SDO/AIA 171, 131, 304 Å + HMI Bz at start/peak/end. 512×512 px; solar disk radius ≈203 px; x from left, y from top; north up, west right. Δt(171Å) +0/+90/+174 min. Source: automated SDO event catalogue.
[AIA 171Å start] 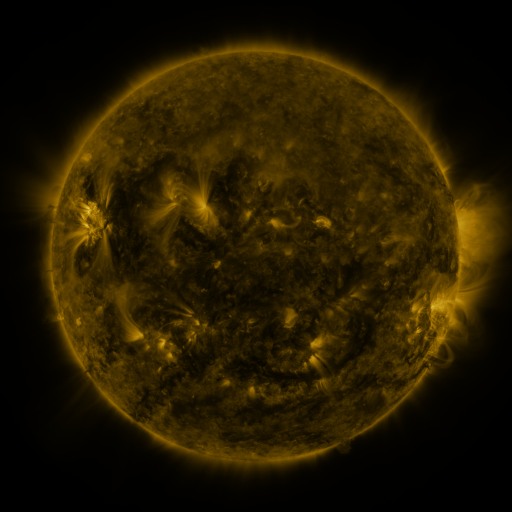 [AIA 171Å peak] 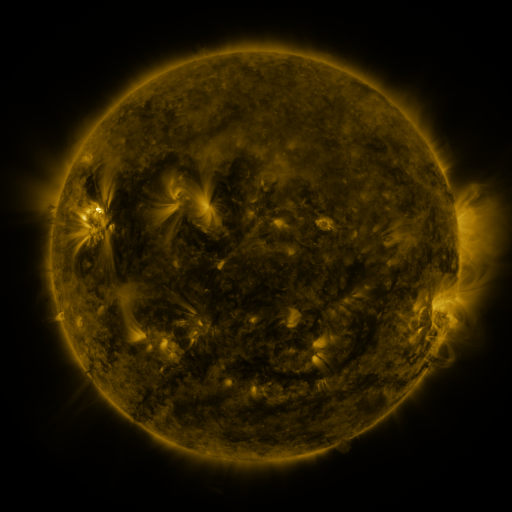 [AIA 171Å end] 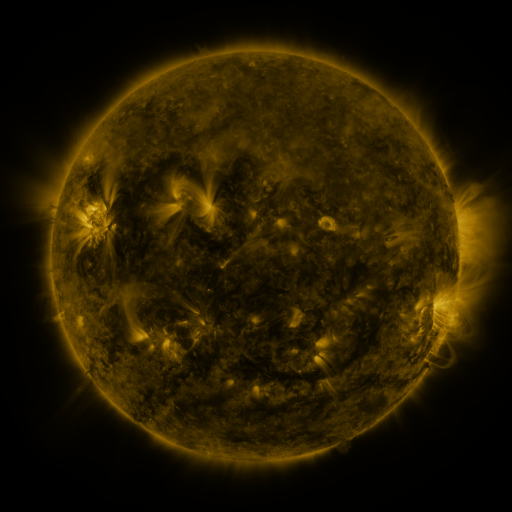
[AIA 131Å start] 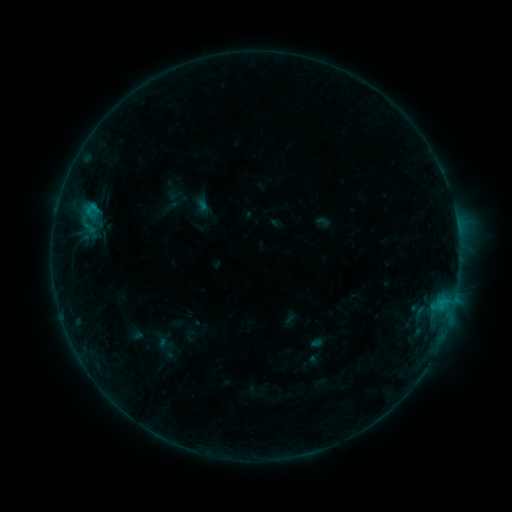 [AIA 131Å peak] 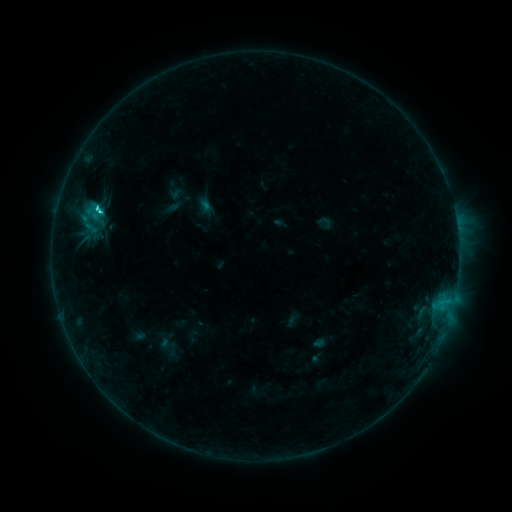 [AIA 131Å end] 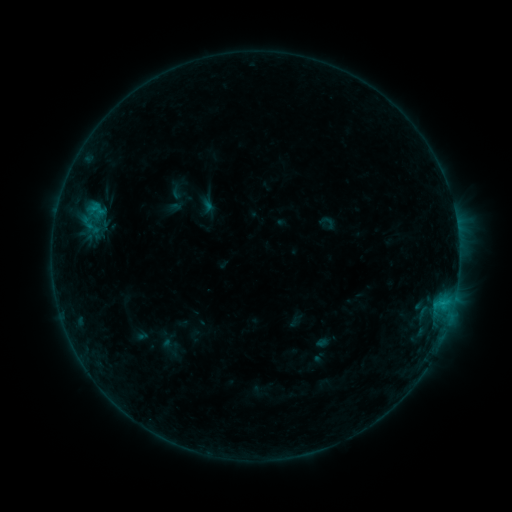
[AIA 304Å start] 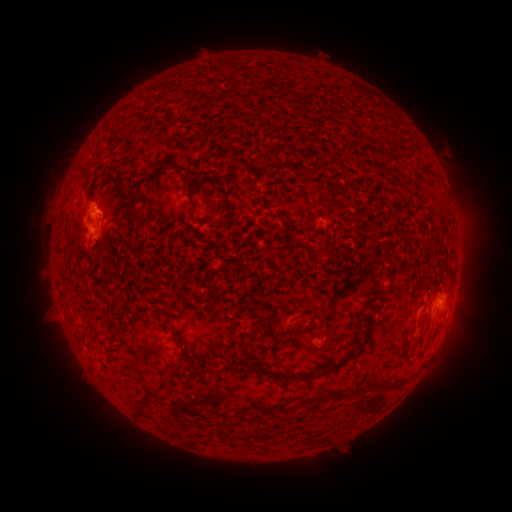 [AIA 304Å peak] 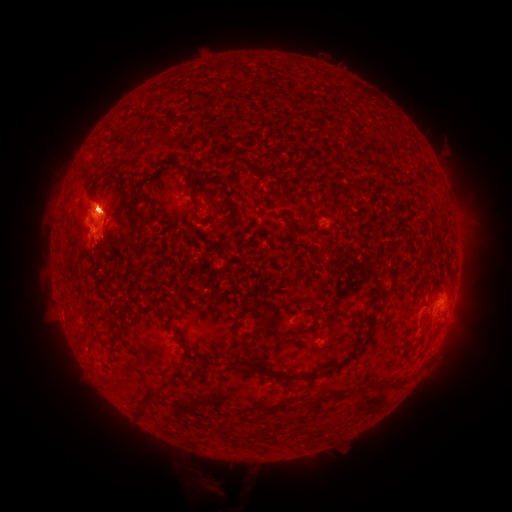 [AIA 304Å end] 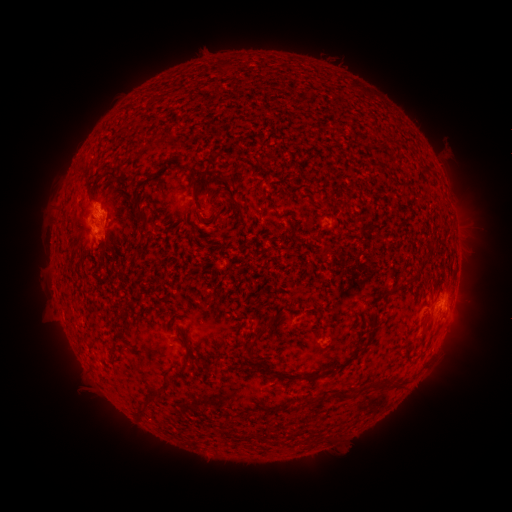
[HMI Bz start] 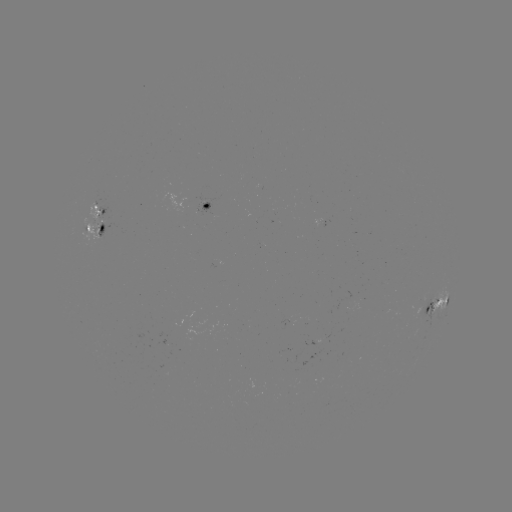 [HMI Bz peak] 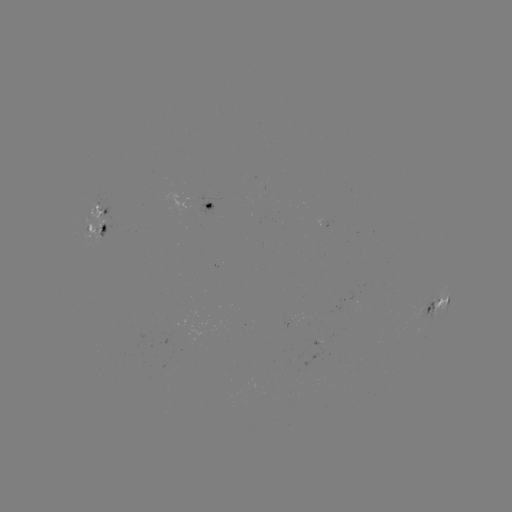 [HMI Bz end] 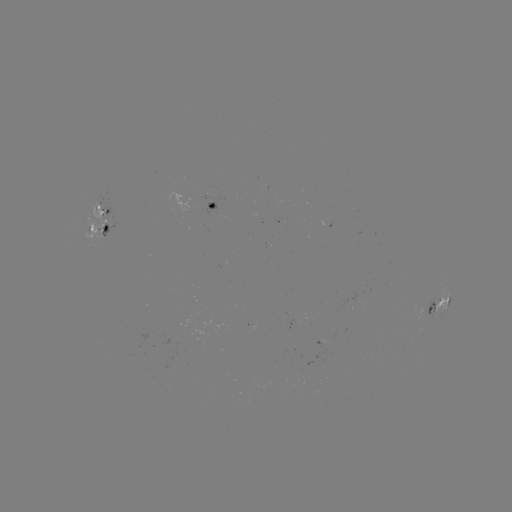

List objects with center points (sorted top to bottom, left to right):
filament eruption: (206, 471)
